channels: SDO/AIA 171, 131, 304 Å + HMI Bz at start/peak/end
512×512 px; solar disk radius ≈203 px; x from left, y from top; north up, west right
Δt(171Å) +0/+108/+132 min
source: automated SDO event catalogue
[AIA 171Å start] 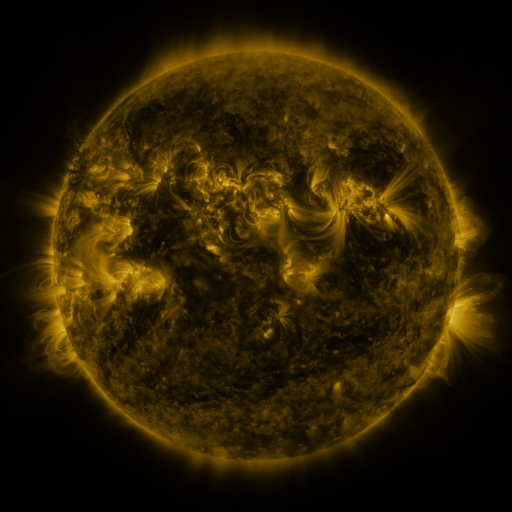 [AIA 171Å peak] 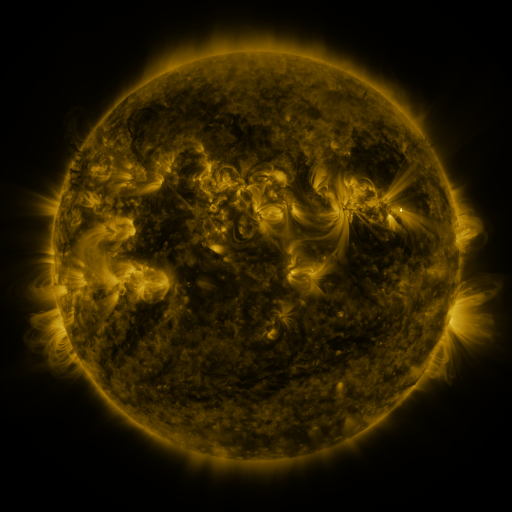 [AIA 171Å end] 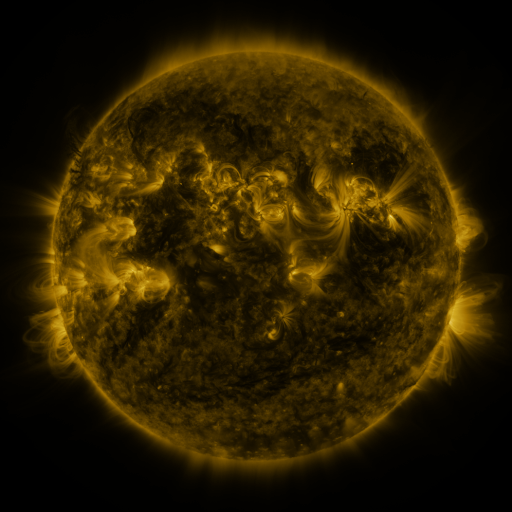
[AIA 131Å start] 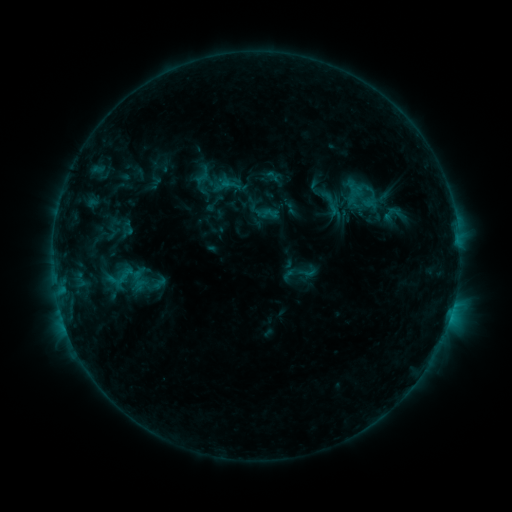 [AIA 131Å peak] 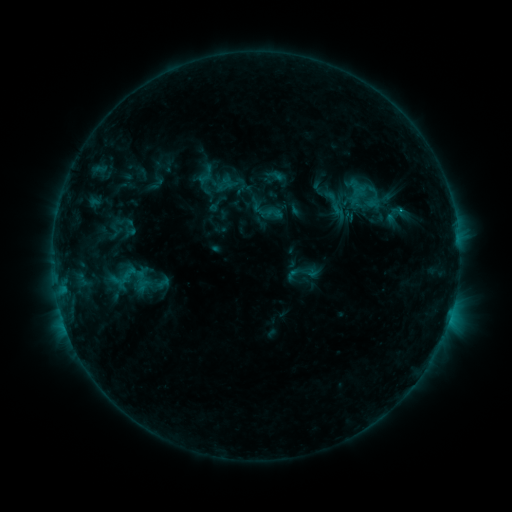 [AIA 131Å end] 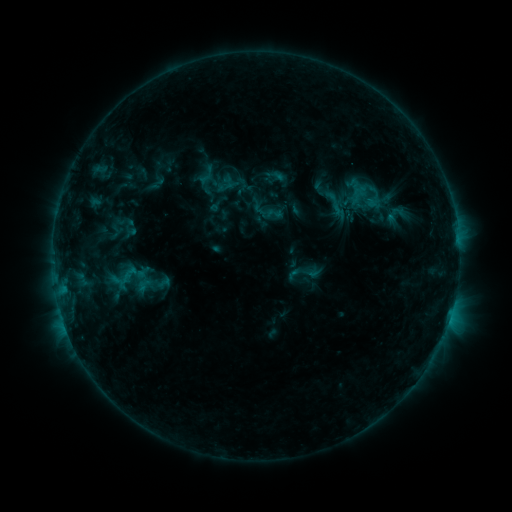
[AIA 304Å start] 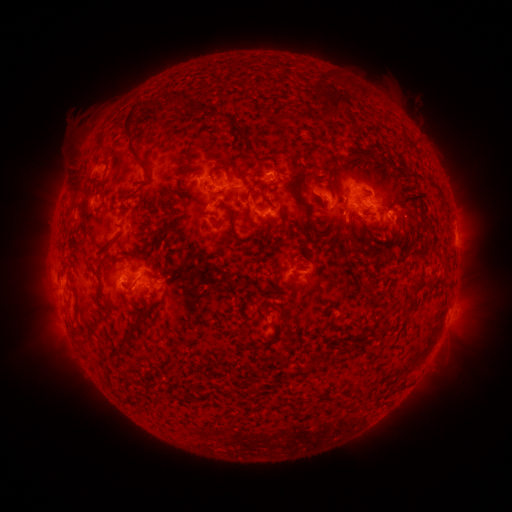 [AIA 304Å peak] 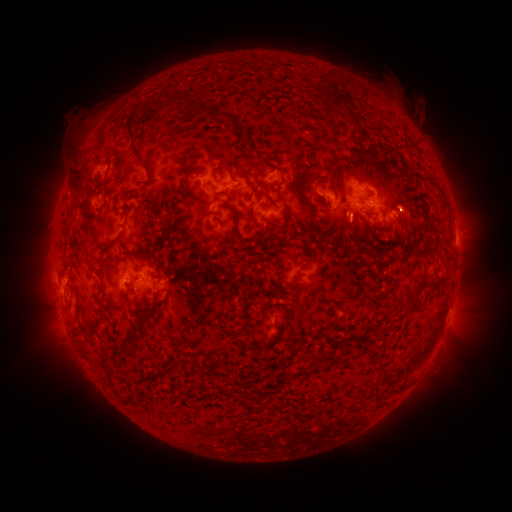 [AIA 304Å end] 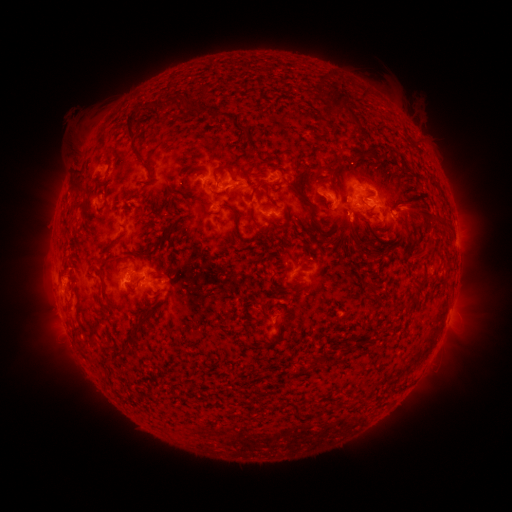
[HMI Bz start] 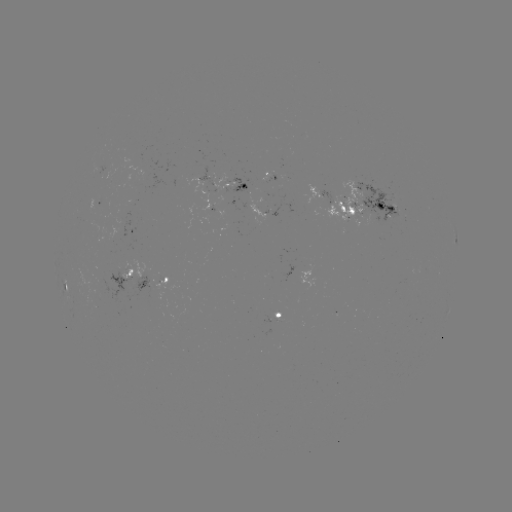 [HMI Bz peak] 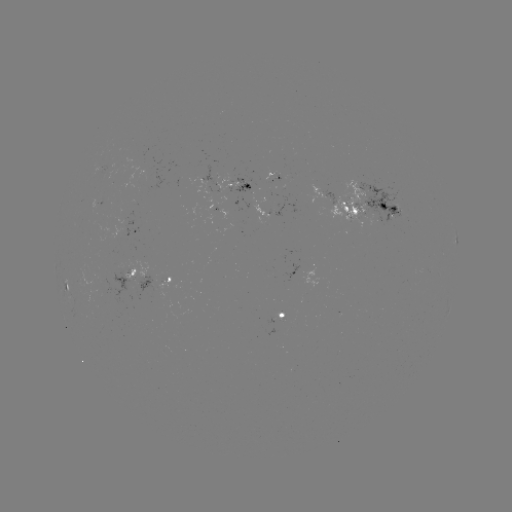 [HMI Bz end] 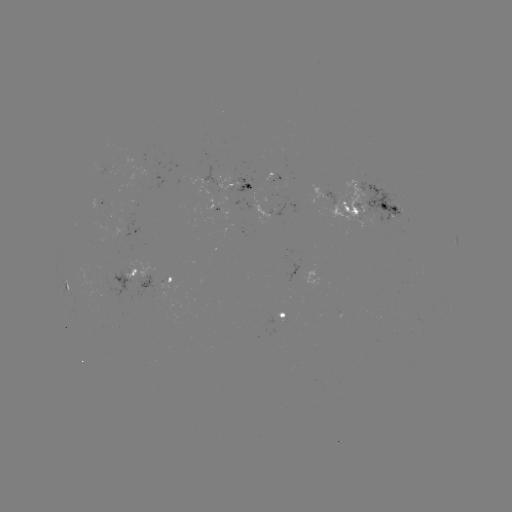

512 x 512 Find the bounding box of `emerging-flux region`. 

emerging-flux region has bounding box [267, 171, 280, 184].